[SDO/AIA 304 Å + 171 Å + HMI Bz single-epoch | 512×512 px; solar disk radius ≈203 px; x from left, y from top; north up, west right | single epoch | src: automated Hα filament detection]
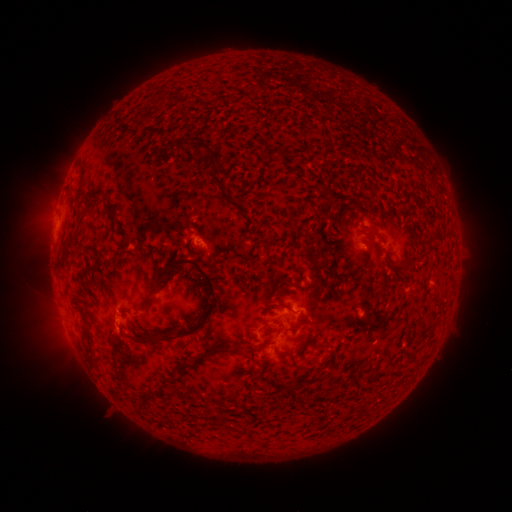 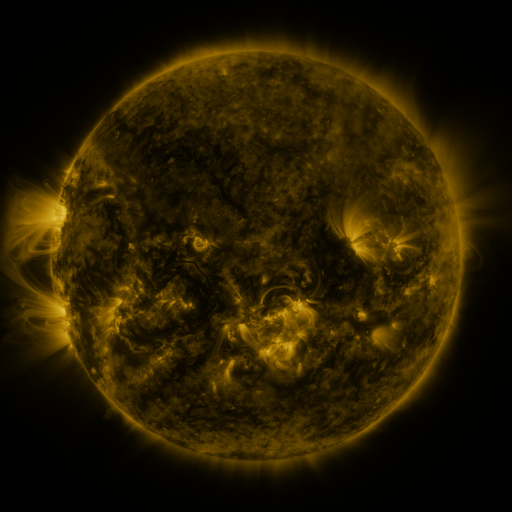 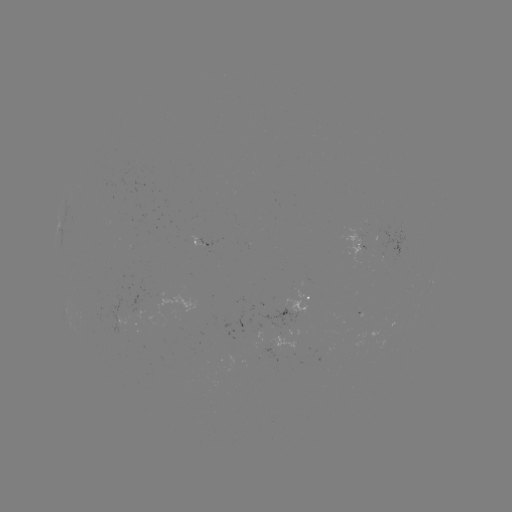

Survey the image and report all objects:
filament: (191, 139, 217, 172)
filament: (78, 163, 88, 184)
filament: (366, 227, 378, 239)
filament: (152, 256, 218, 341)
filament: (391, 263, 404, 272)
filament: (278, 277, 288, 285)
filament: (137, 294, 158, 310)
filament: (263, 302, 292, 313)
filament: (278, 324, 291, 333)
filament: (129, 338, 137, 347)
filament: (201, 344, 230, 355)
filament: (90, 353, 99, 367)
